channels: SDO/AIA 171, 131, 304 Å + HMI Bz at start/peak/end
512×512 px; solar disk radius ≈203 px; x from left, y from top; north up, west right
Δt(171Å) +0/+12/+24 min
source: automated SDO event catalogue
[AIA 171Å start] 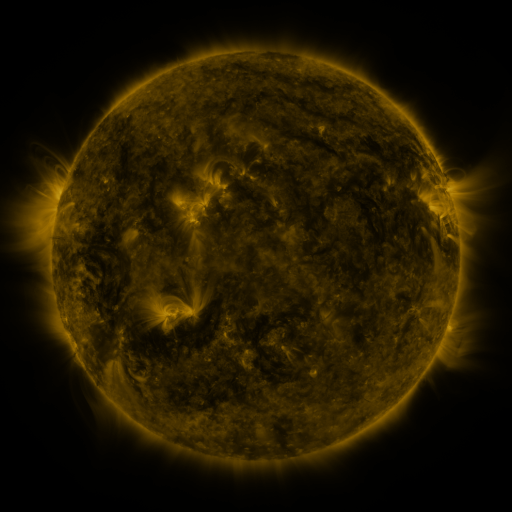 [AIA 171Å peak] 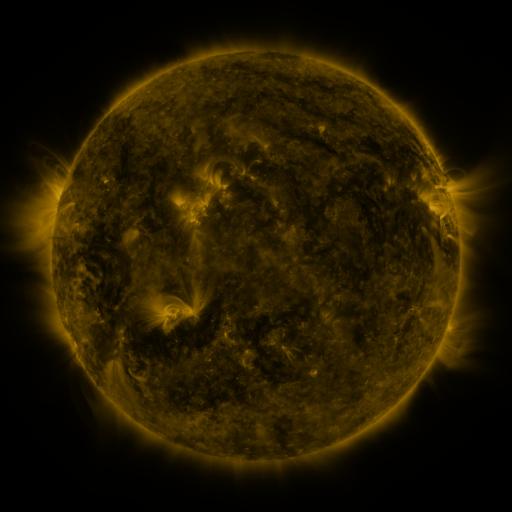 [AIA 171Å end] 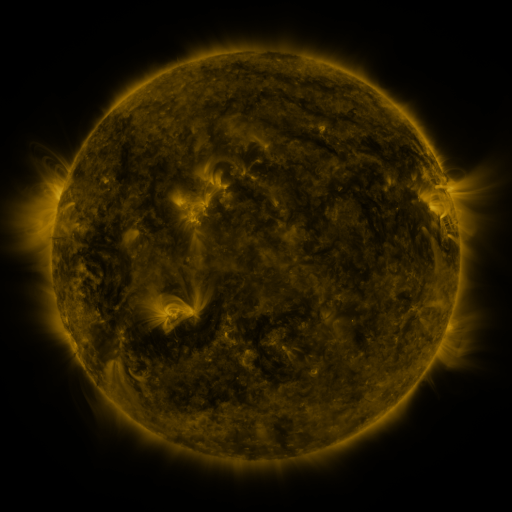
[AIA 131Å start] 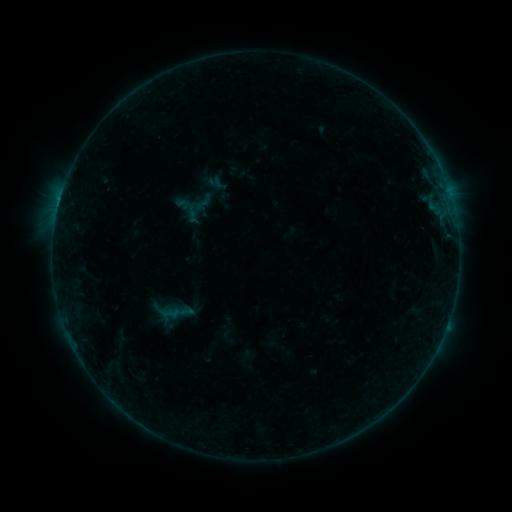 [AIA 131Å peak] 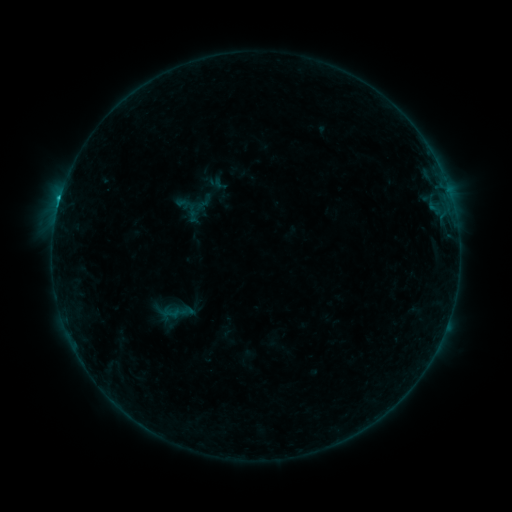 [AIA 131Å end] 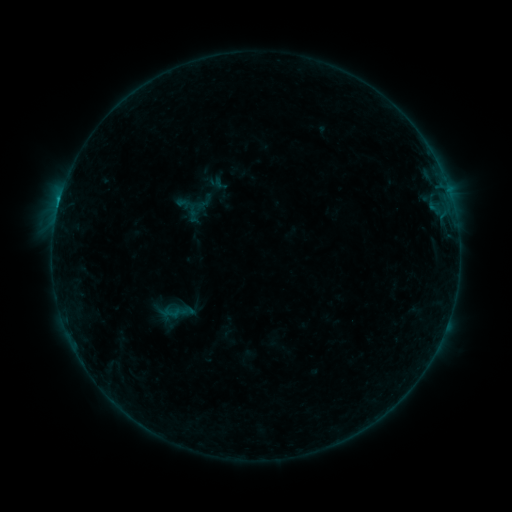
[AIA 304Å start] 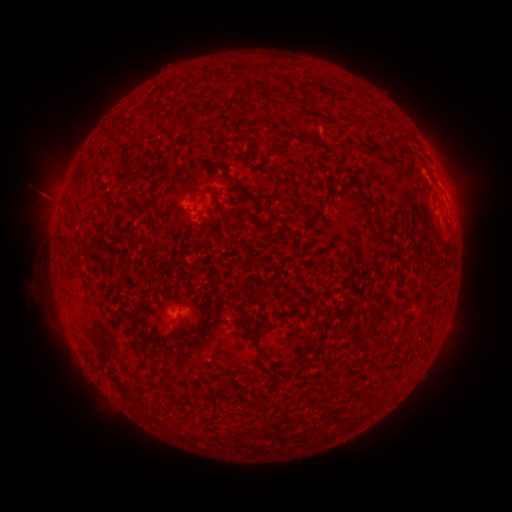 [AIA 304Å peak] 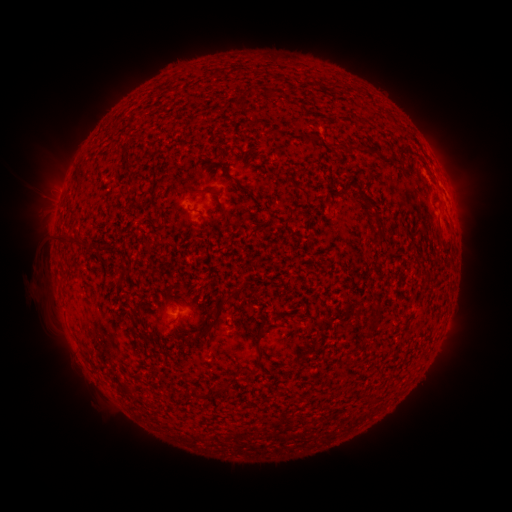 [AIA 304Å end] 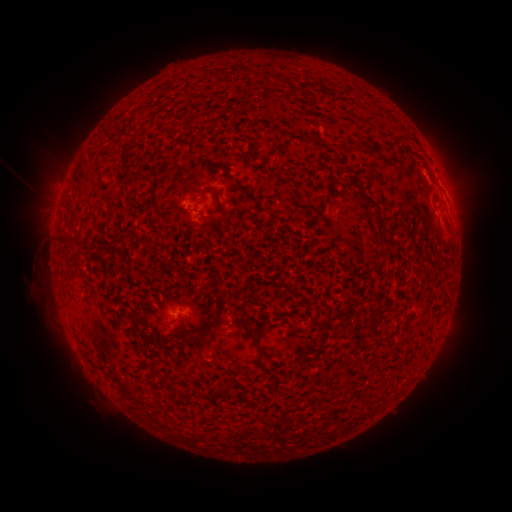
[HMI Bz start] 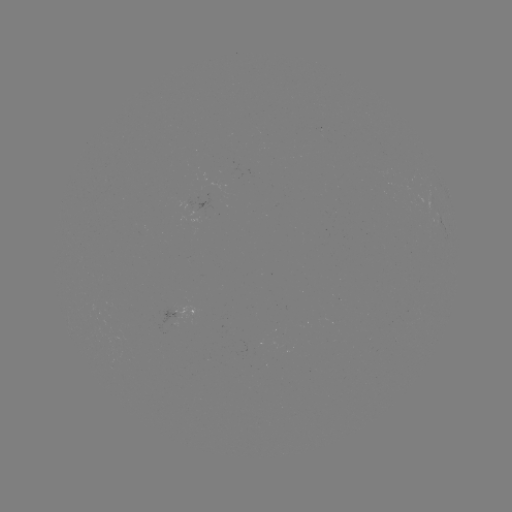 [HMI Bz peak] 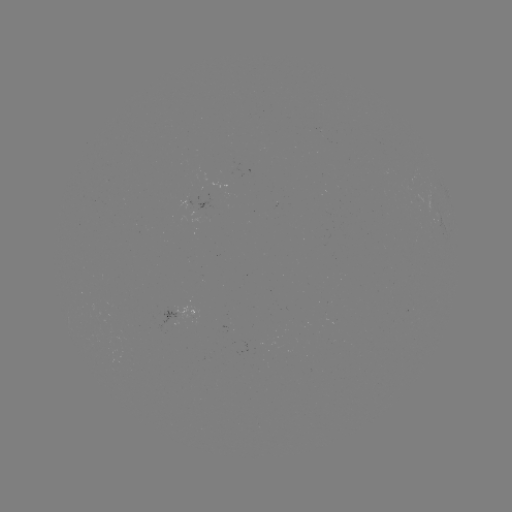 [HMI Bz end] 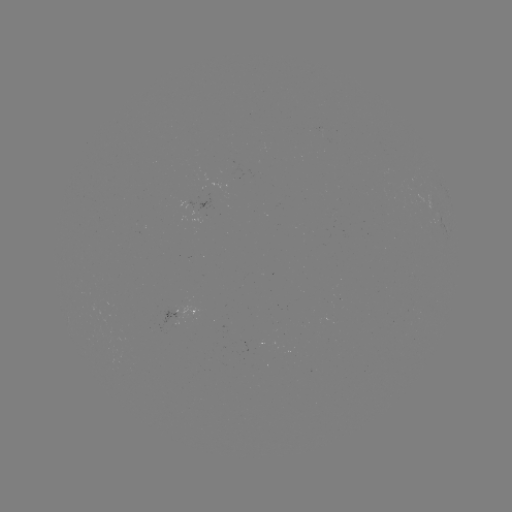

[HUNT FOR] B8.6 flare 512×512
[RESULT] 60,200